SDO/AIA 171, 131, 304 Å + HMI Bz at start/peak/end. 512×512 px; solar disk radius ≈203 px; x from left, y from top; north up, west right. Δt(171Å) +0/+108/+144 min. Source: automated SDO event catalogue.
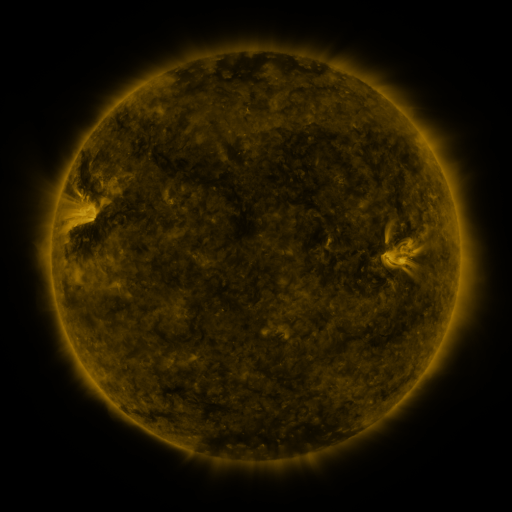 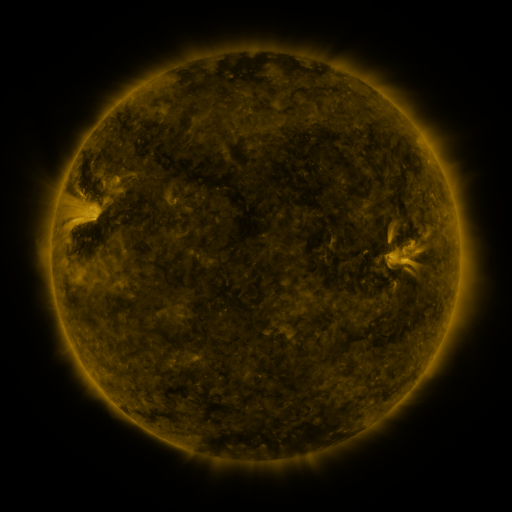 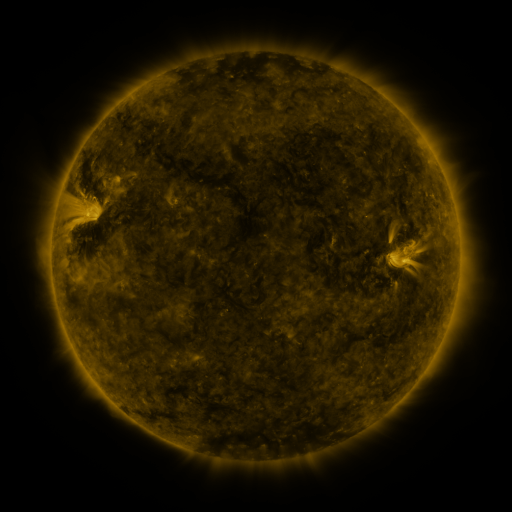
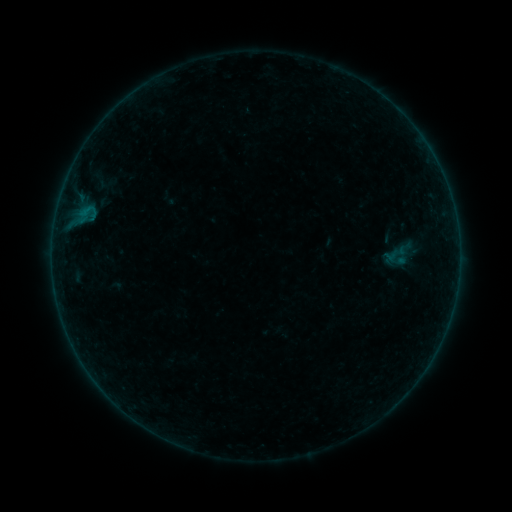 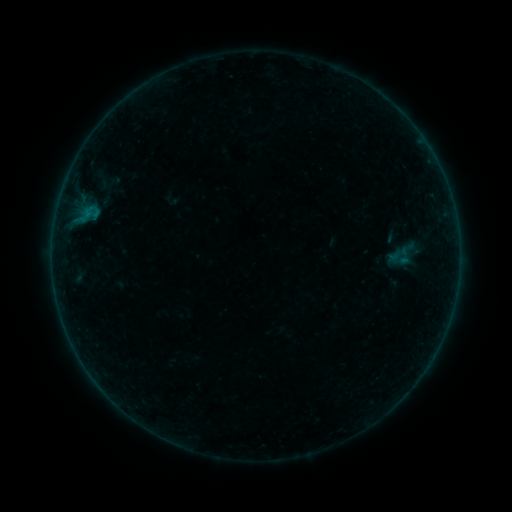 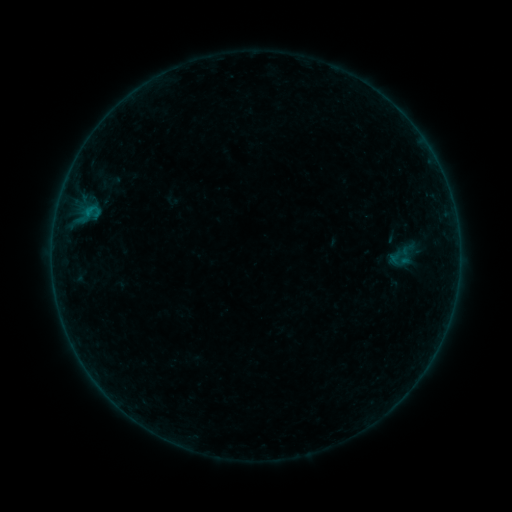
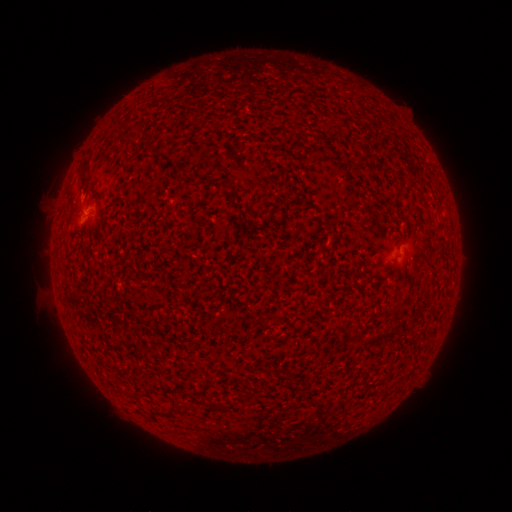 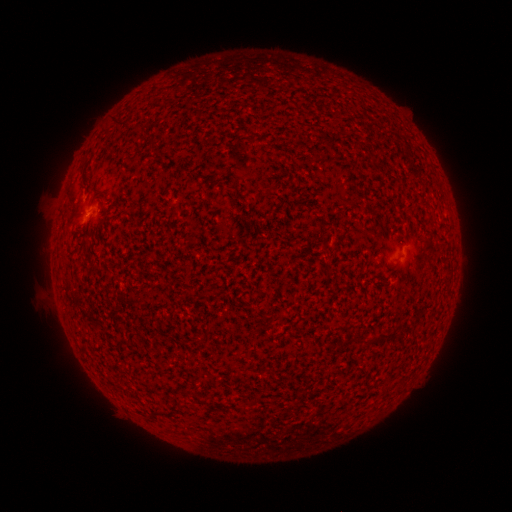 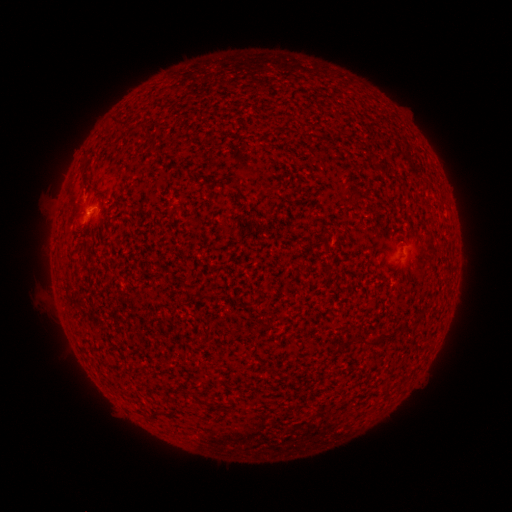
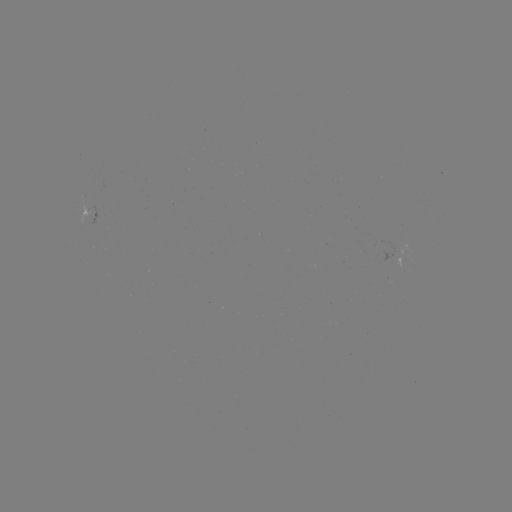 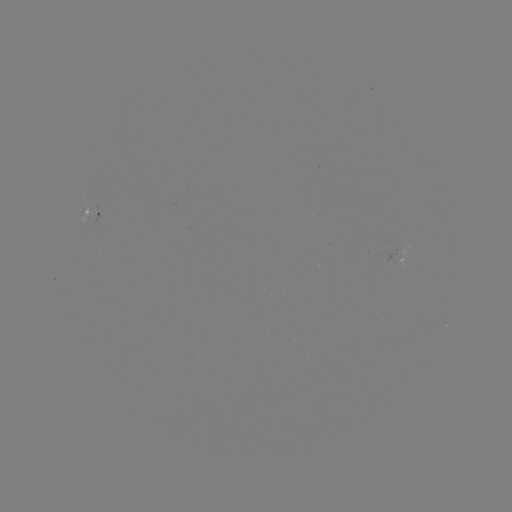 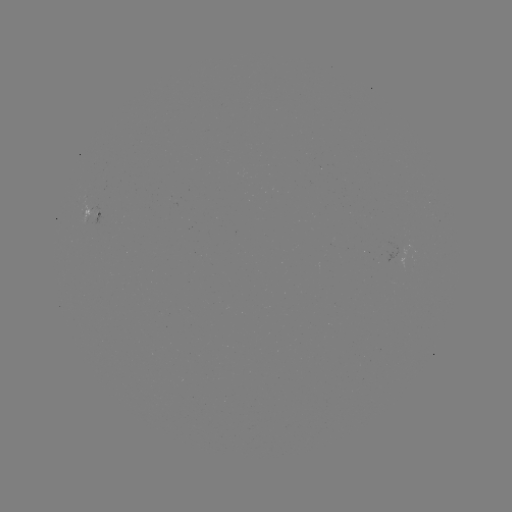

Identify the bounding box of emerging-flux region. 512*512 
[81, 204, 98, 223].